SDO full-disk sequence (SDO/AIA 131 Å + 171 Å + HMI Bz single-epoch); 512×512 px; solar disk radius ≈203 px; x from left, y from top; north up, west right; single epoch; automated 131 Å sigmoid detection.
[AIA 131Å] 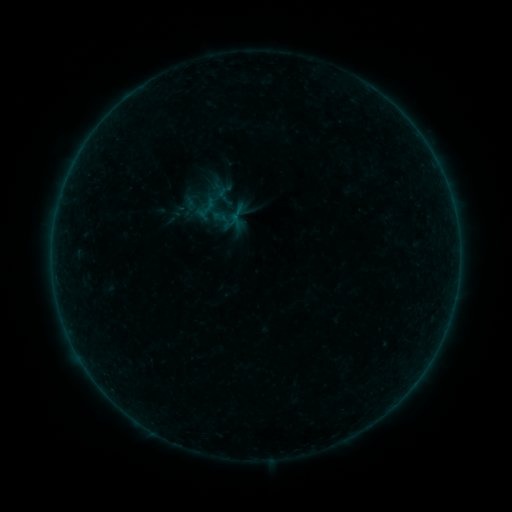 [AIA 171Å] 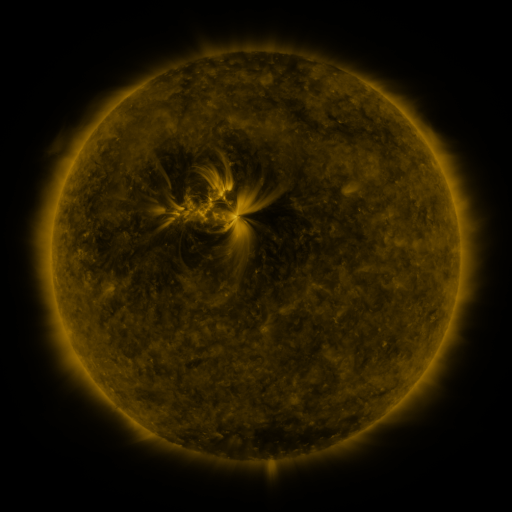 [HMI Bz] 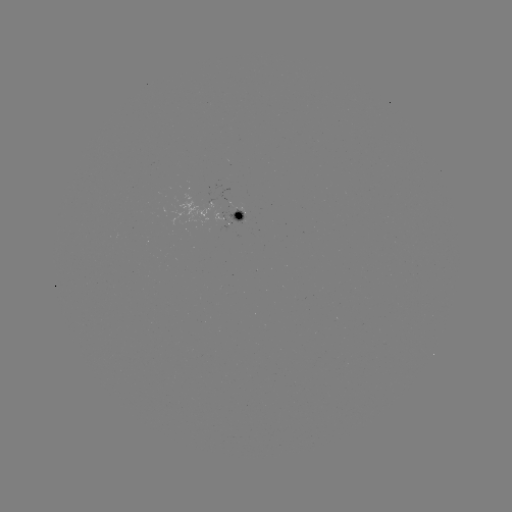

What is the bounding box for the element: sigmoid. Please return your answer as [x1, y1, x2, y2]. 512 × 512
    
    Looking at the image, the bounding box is [192, 196, 220, 224].